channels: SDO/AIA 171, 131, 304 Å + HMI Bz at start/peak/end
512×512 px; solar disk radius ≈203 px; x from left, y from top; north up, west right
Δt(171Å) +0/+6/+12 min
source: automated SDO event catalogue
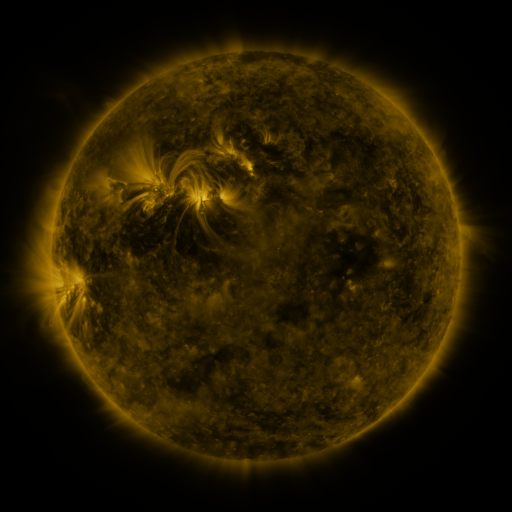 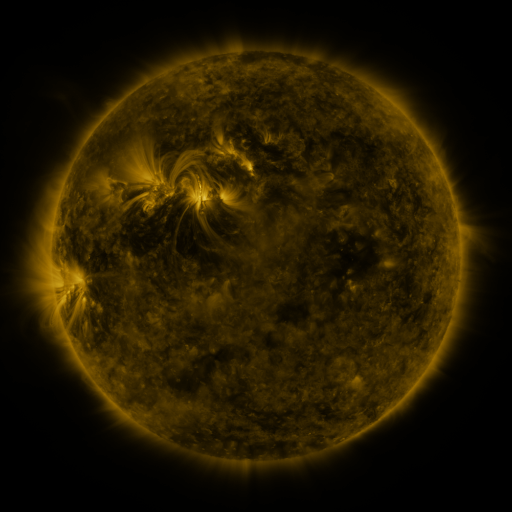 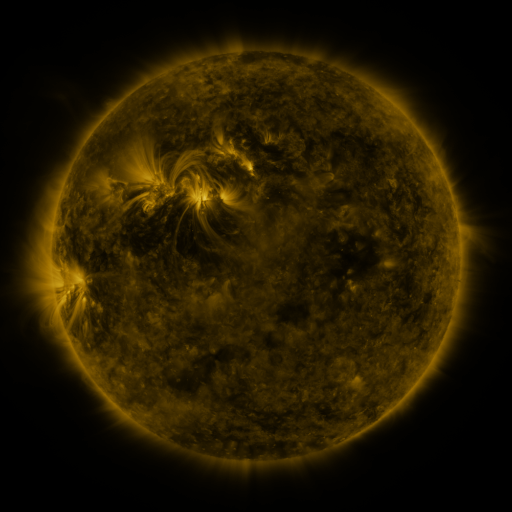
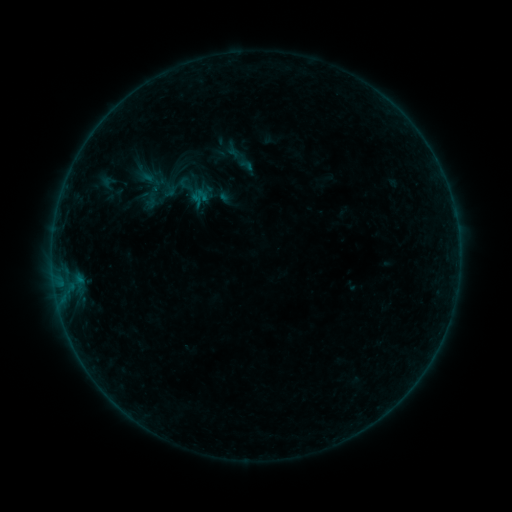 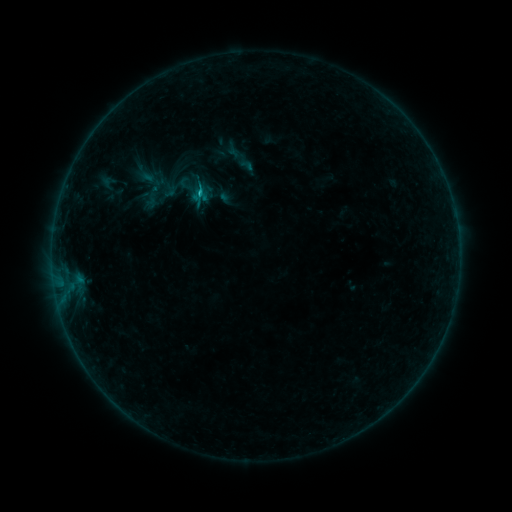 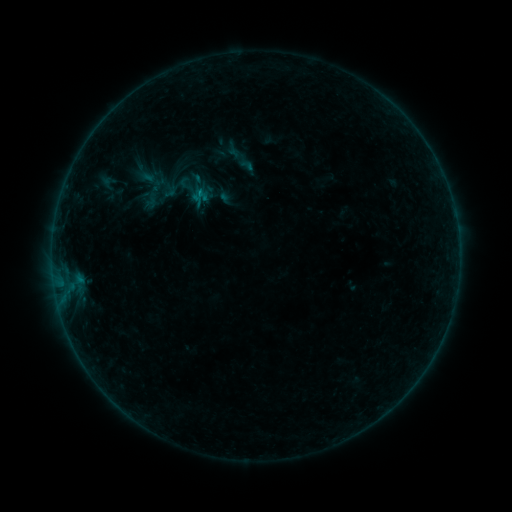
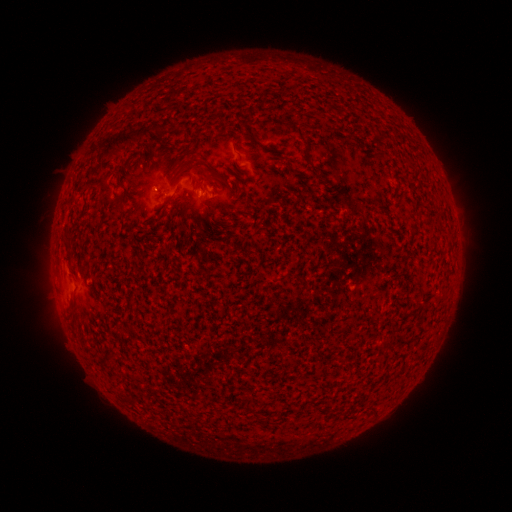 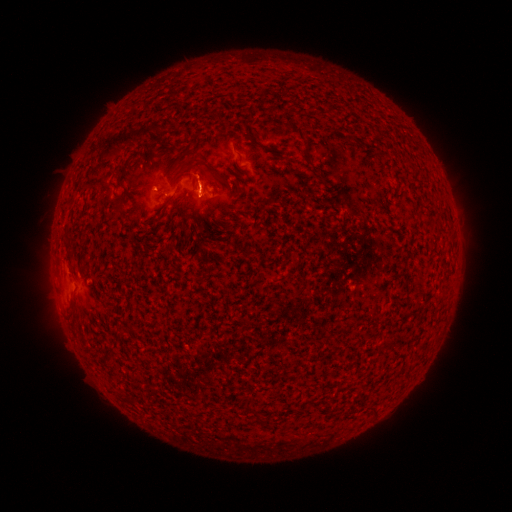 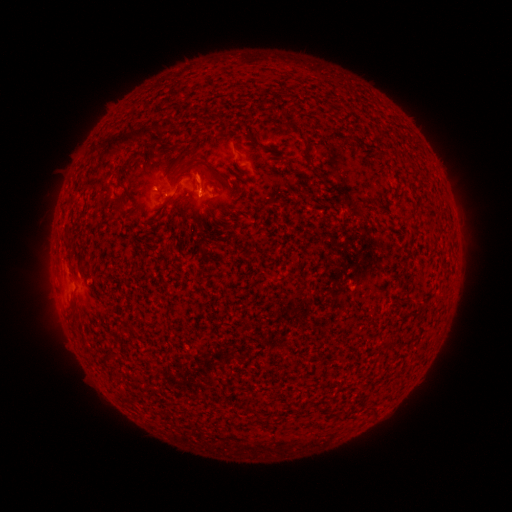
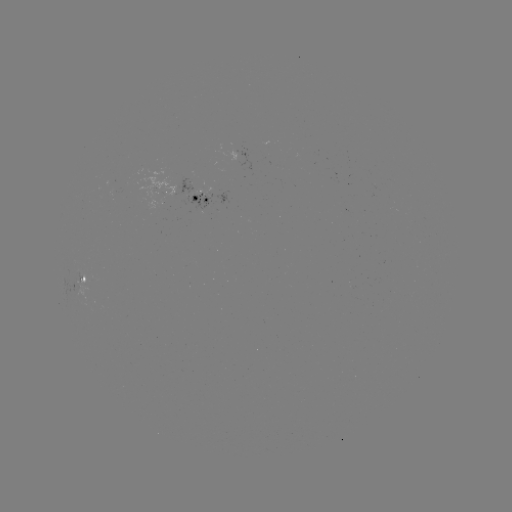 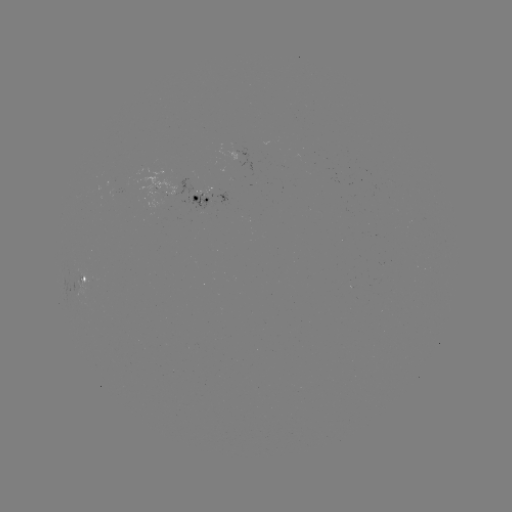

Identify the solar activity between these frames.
B3.7 flare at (201, 197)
